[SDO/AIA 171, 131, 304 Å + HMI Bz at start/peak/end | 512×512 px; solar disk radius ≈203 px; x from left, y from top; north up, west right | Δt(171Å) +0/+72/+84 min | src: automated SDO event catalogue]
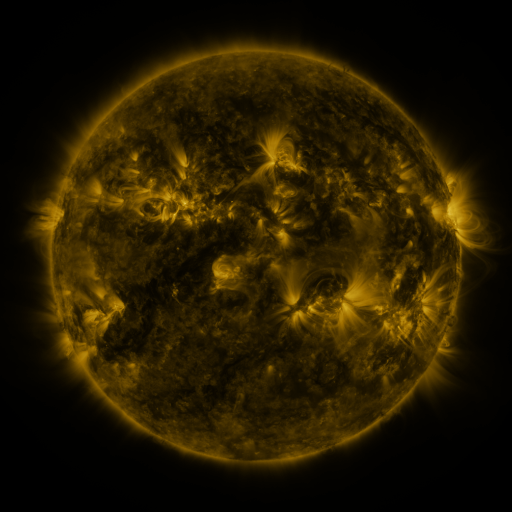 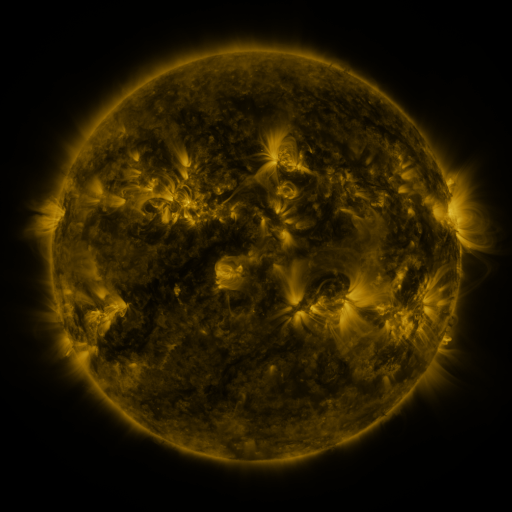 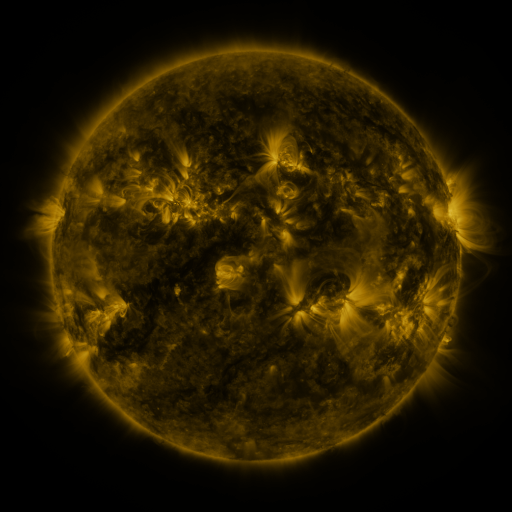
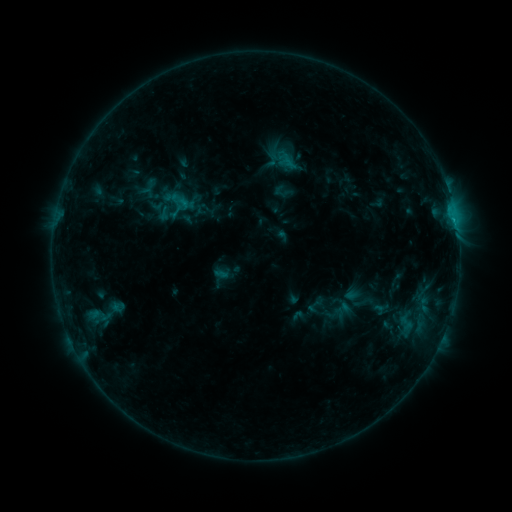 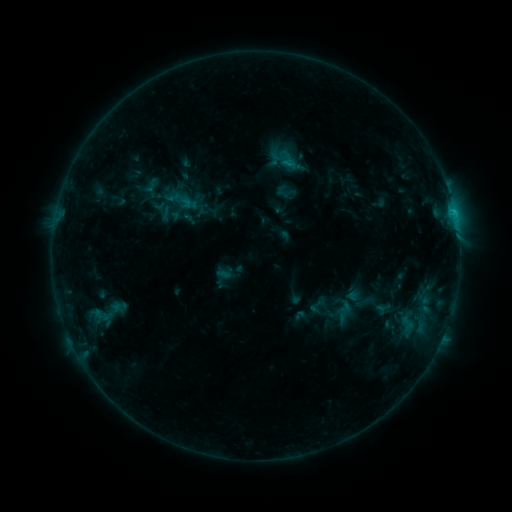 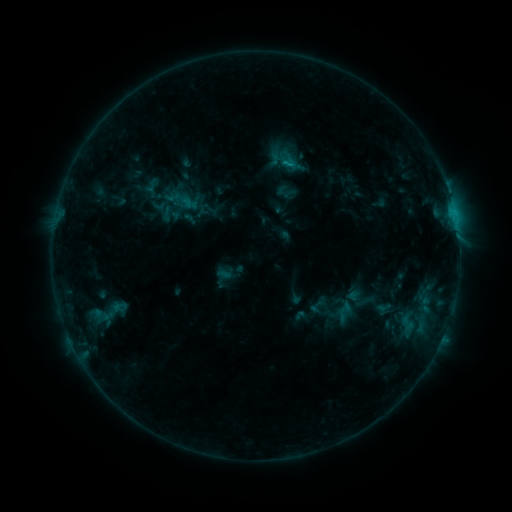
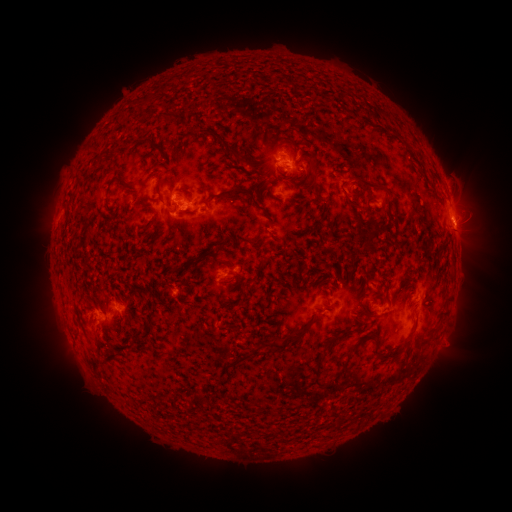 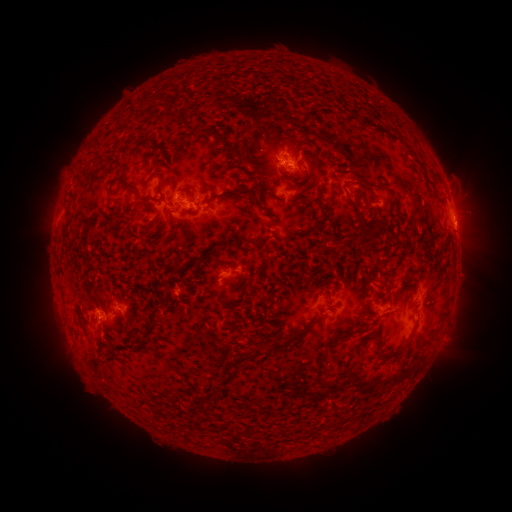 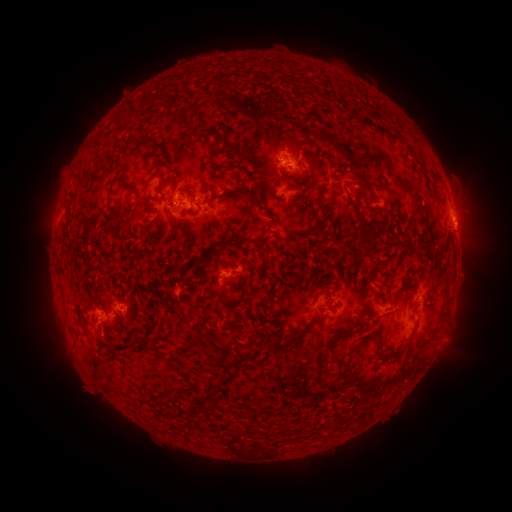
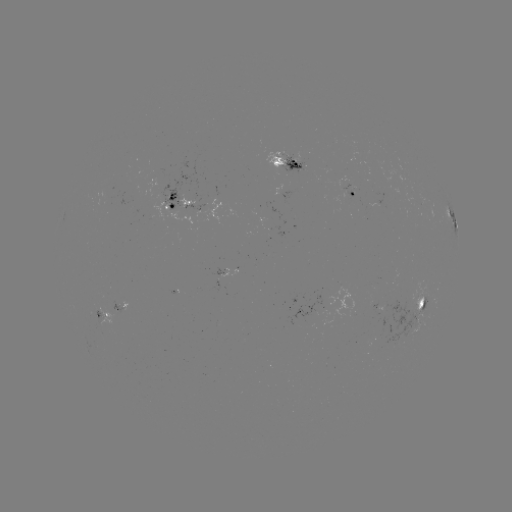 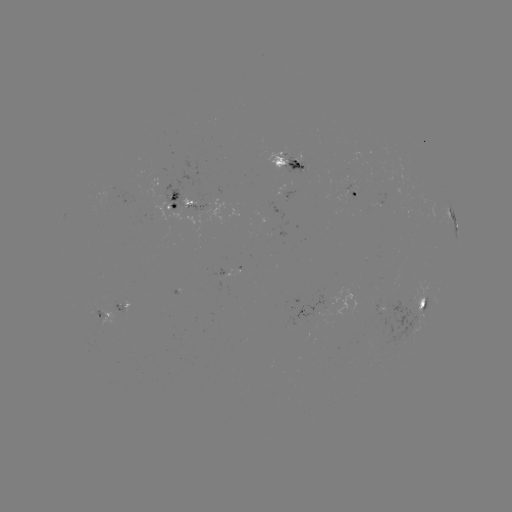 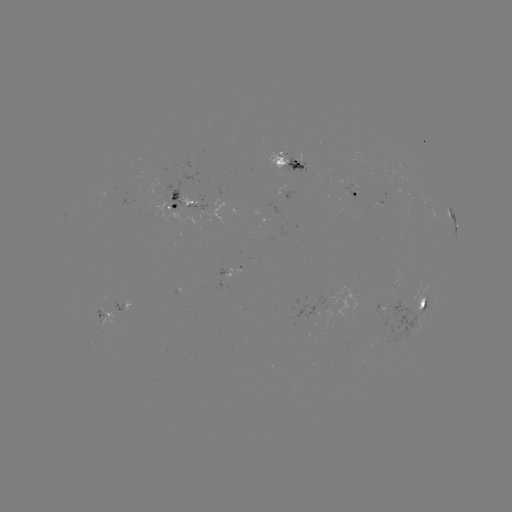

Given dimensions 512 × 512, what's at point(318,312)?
emerging-flux region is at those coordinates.